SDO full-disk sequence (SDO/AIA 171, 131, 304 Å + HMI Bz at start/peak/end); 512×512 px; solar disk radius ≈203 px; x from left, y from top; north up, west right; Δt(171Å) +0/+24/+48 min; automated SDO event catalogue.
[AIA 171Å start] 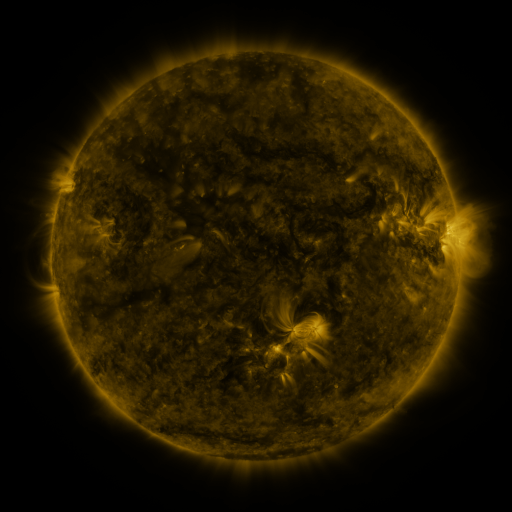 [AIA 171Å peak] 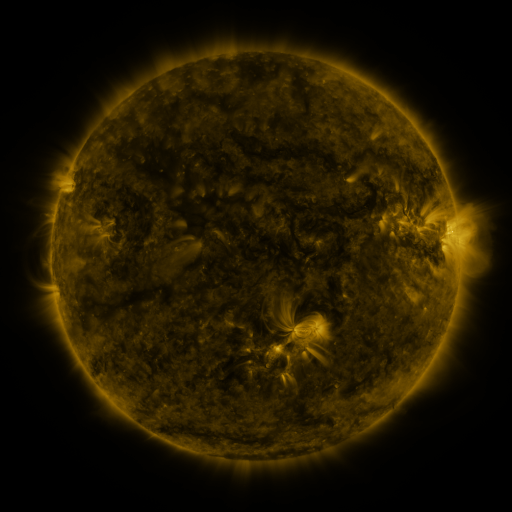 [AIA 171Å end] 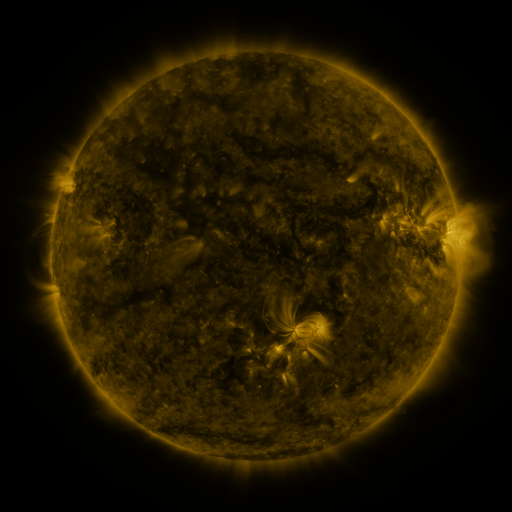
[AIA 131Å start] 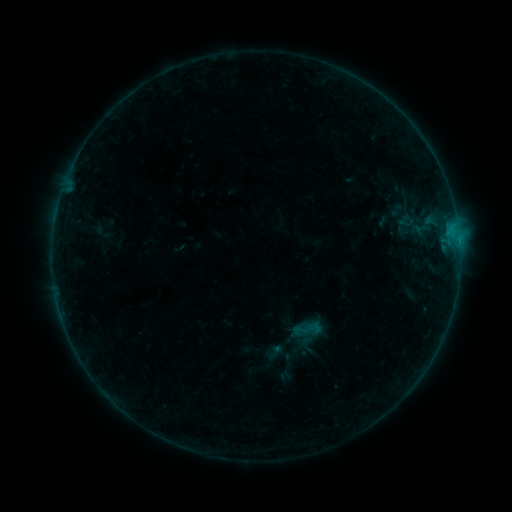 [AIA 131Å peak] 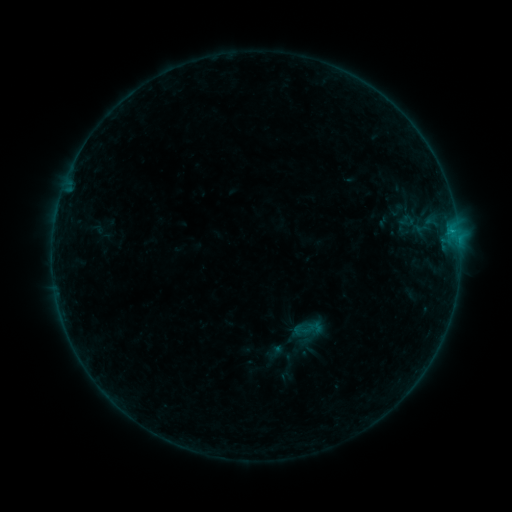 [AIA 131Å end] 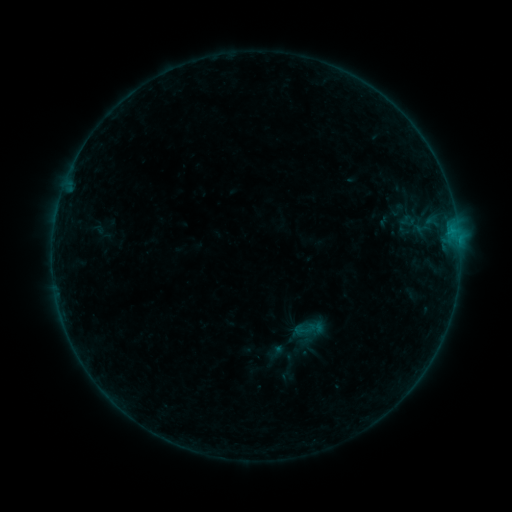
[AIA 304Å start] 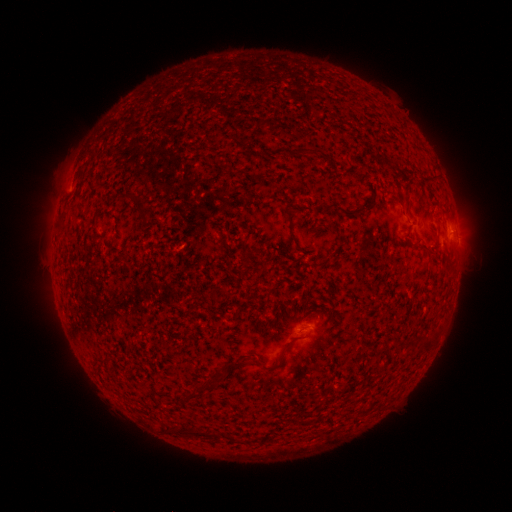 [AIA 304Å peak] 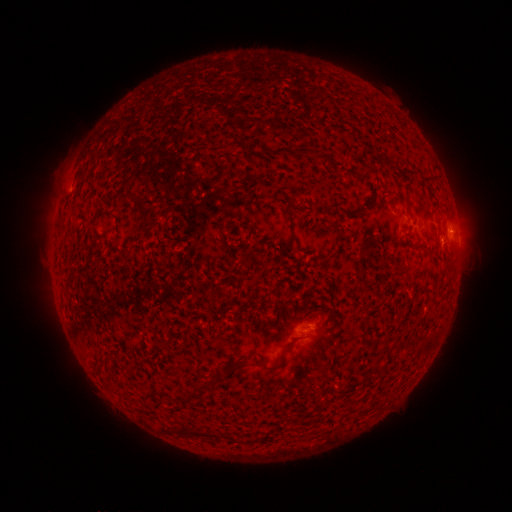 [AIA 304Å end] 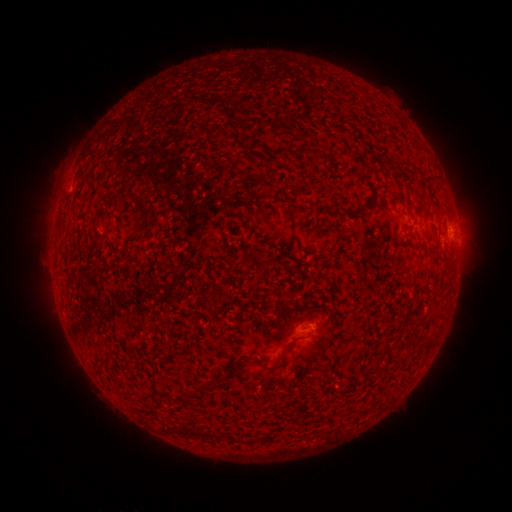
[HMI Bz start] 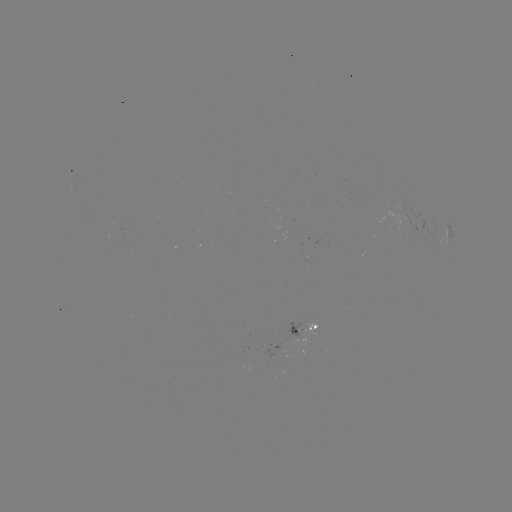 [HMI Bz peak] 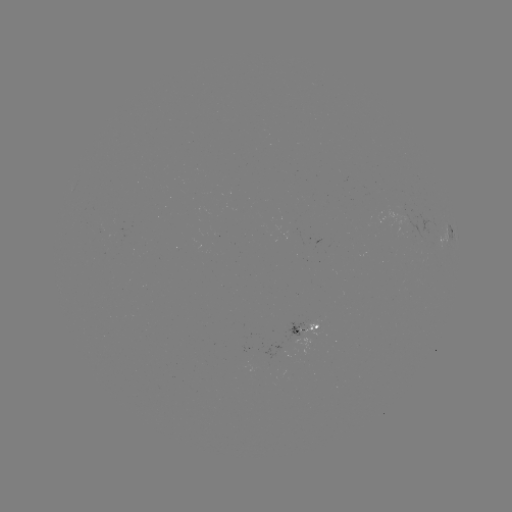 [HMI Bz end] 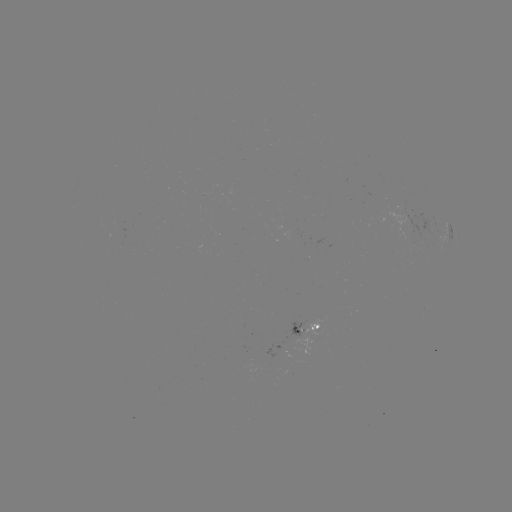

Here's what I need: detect B2.8 flare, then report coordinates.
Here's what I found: B2.8 flare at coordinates (452, 232).